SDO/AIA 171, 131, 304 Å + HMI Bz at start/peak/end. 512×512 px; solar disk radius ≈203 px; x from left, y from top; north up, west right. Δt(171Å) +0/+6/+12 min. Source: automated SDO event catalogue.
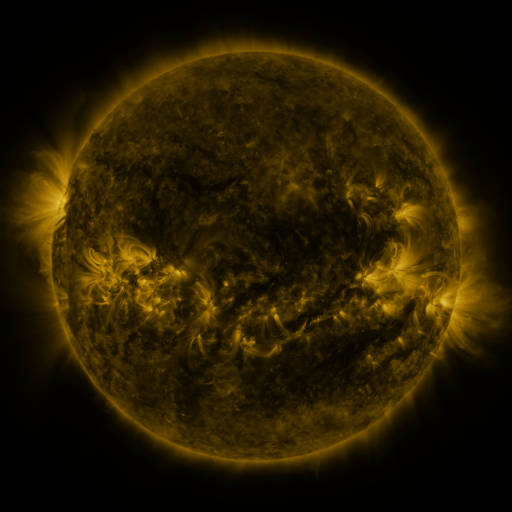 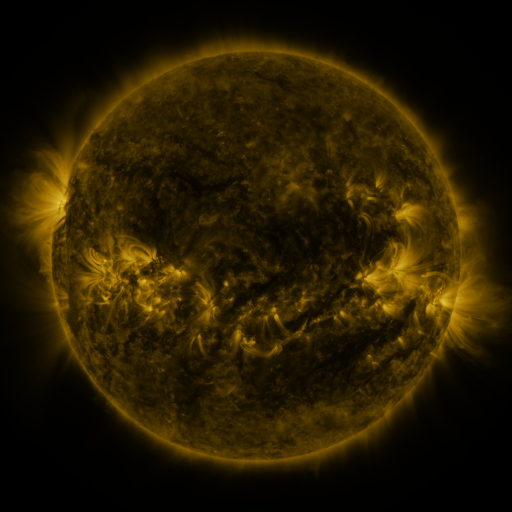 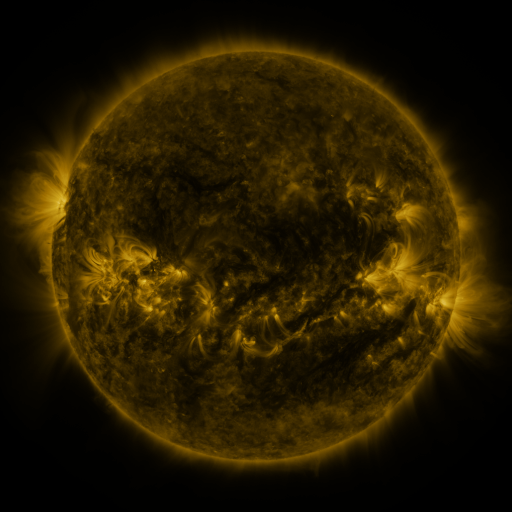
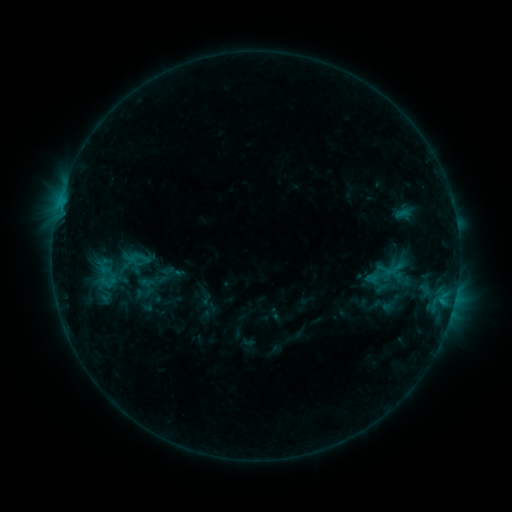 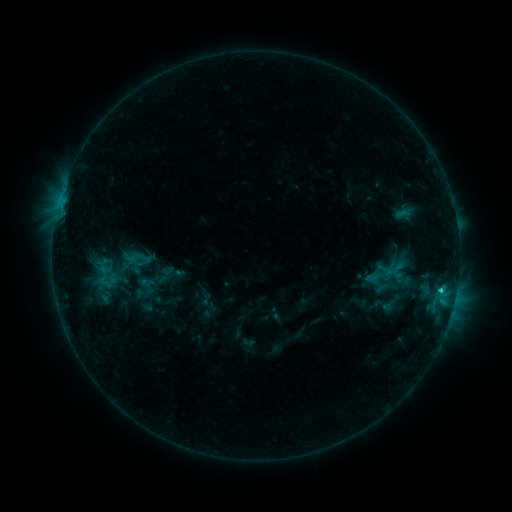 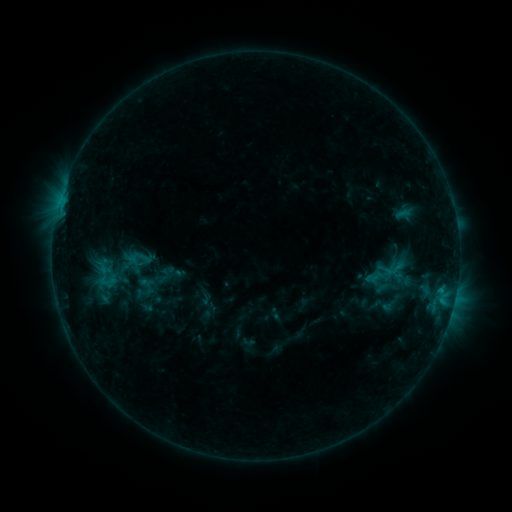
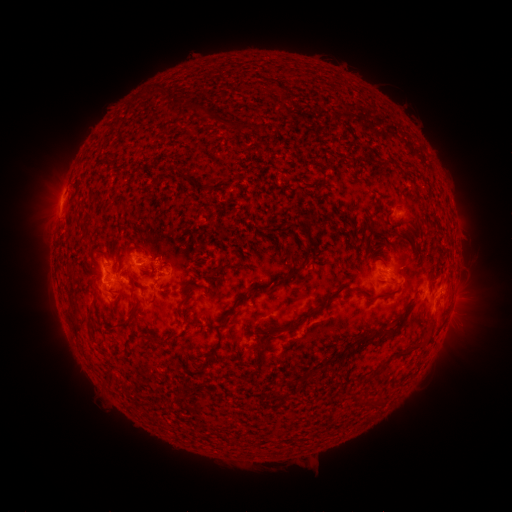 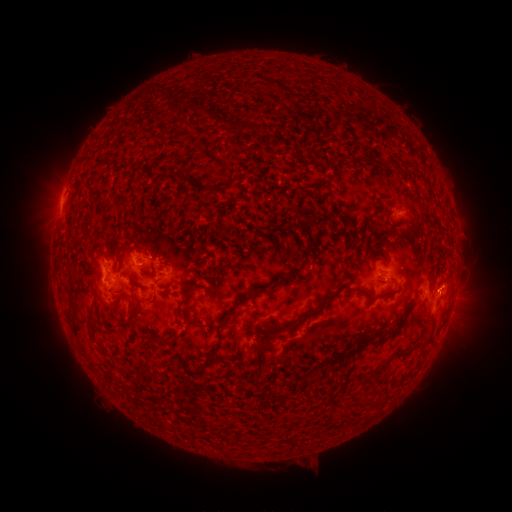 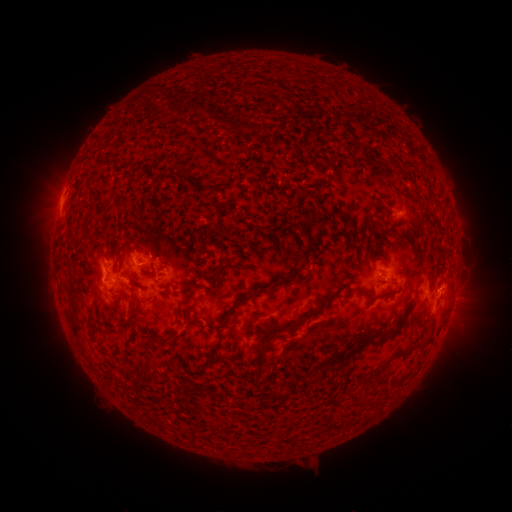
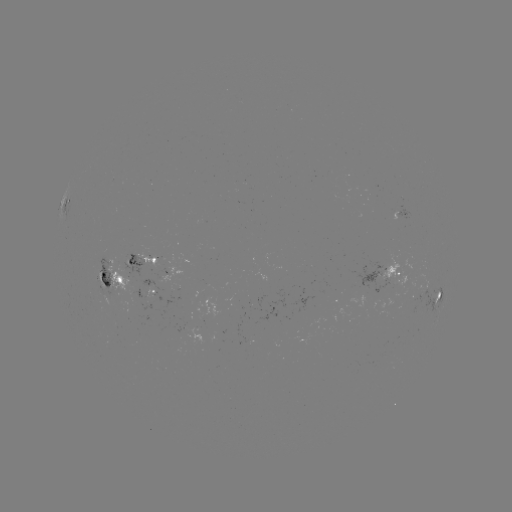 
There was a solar flare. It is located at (442, 285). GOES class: C1.4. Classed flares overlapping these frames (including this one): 1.